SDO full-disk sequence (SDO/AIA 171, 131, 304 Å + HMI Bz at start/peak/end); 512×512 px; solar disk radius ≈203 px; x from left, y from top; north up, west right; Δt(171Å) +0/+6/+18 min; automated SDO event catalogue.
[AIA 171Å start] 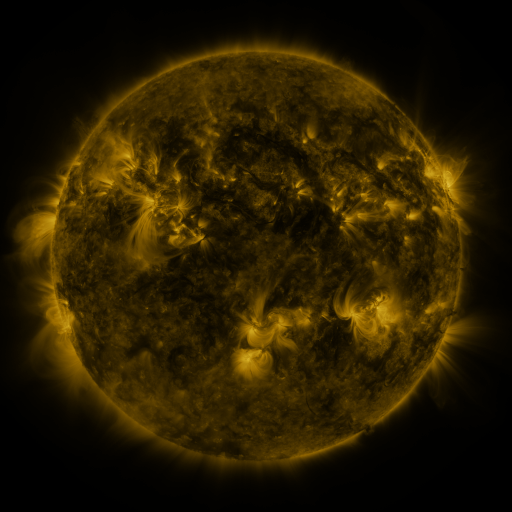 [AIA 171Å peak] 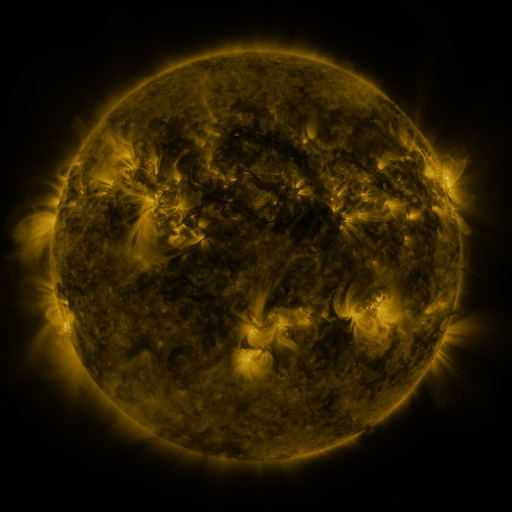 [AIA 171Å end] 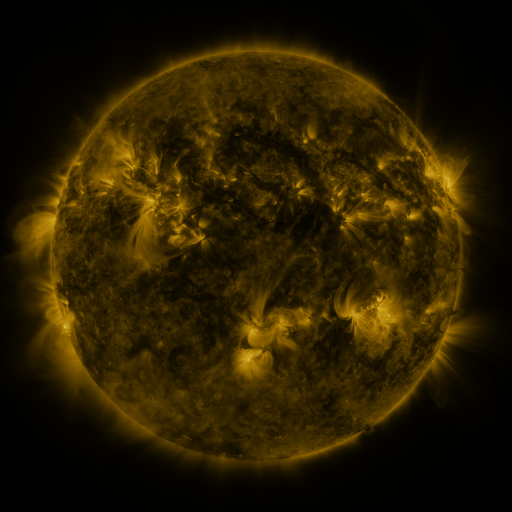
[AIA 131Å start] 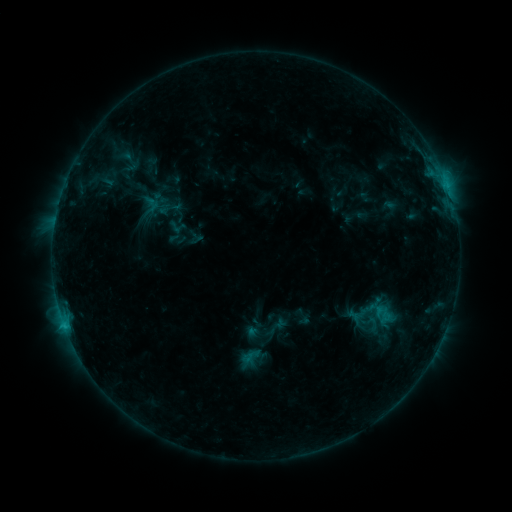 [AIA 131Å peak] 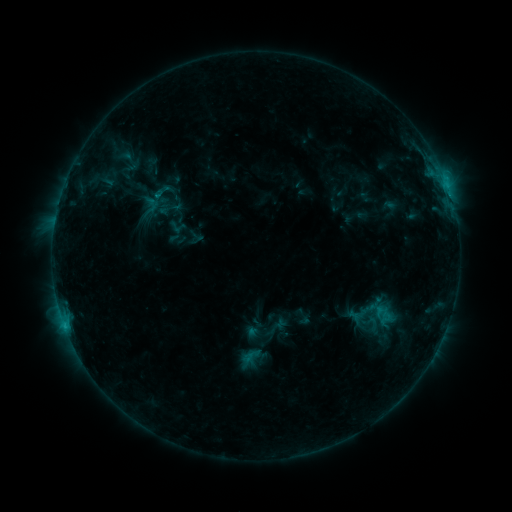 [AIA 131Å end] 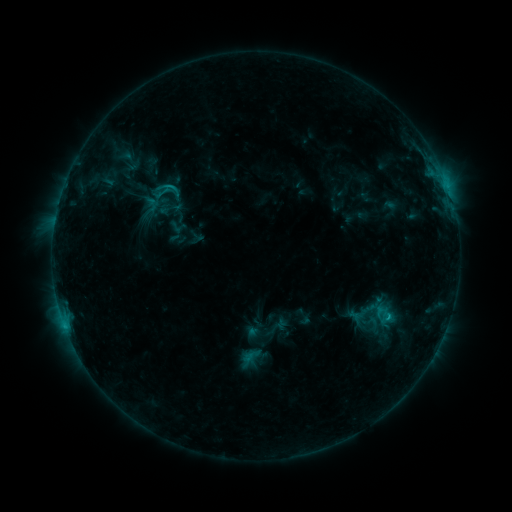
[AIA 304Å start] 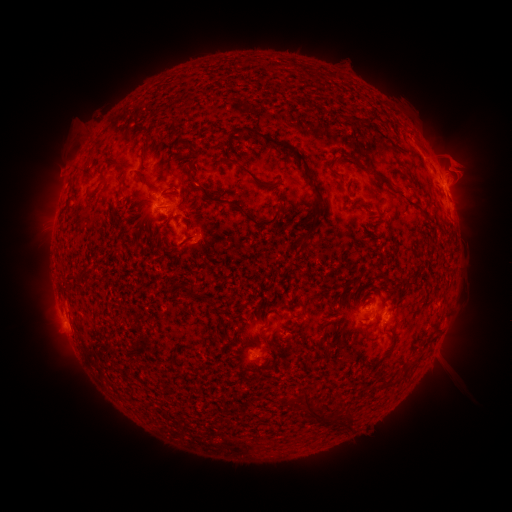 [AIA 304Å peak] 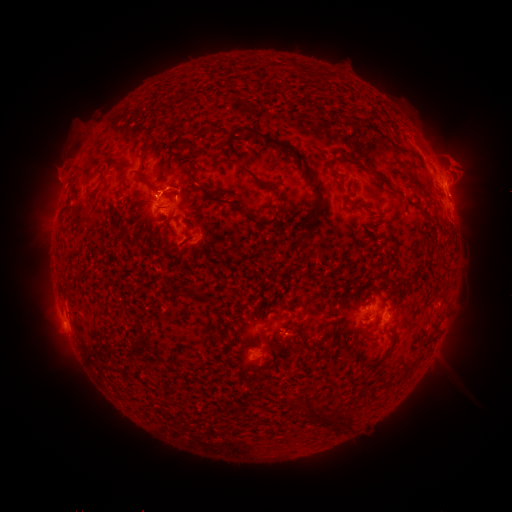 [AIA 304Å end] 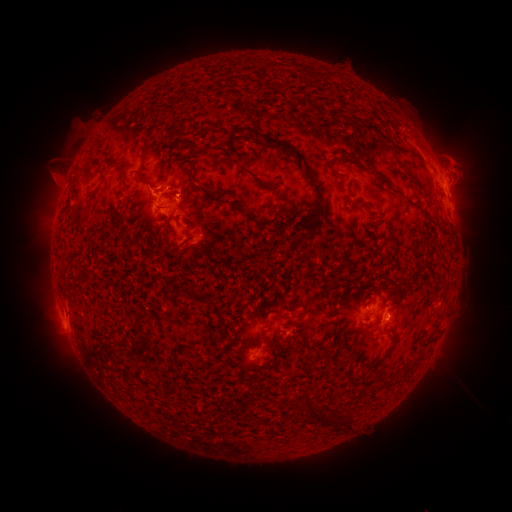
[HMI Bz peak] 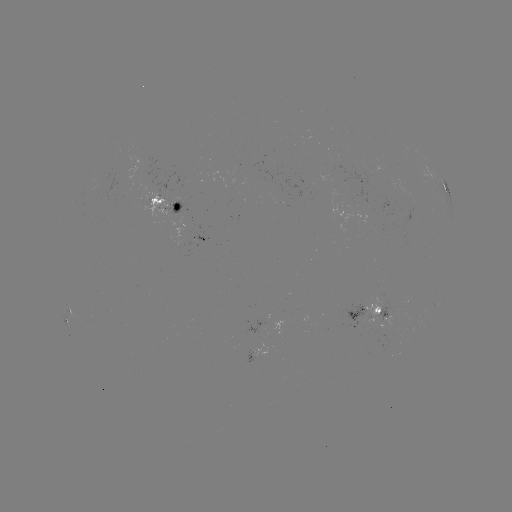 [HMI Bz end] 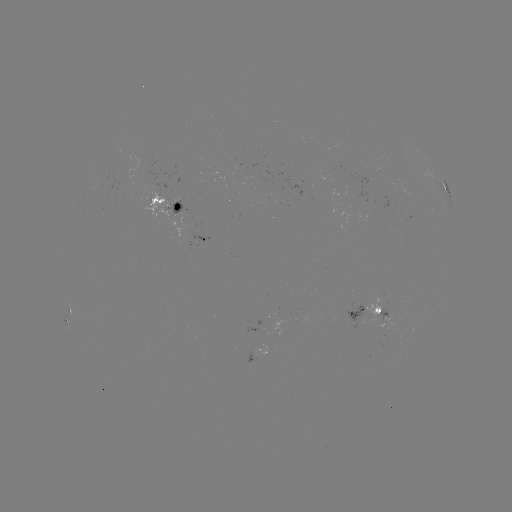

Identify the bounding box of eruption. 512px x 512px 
[32, 143, 81, 201].